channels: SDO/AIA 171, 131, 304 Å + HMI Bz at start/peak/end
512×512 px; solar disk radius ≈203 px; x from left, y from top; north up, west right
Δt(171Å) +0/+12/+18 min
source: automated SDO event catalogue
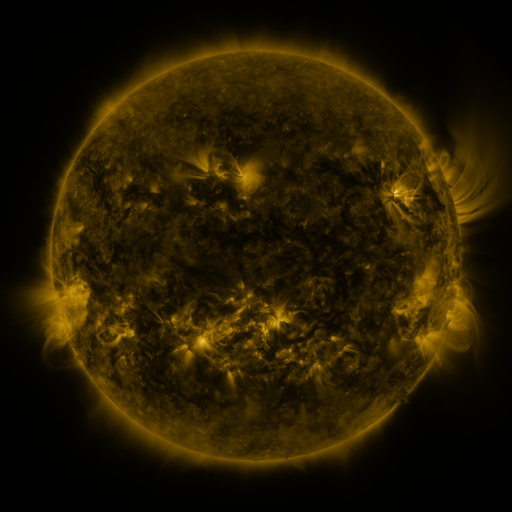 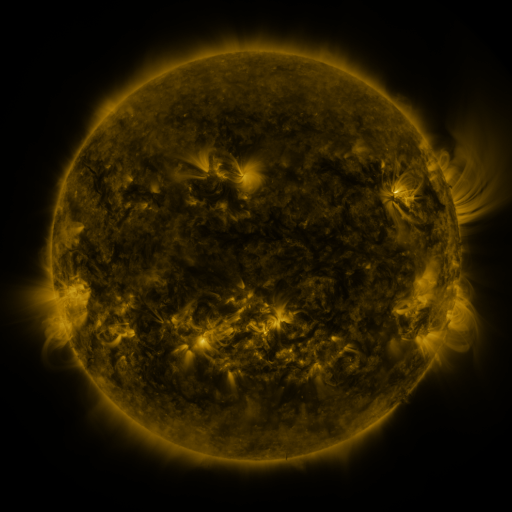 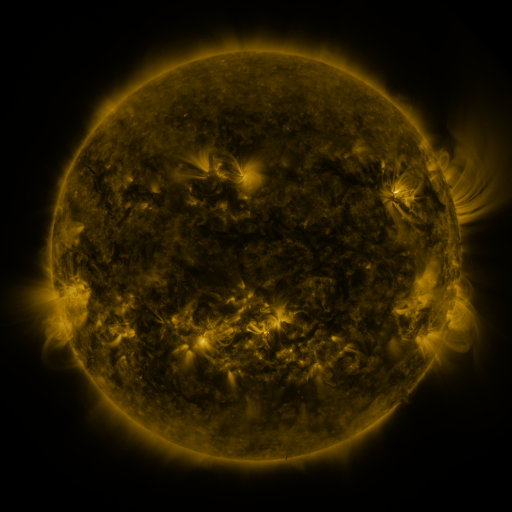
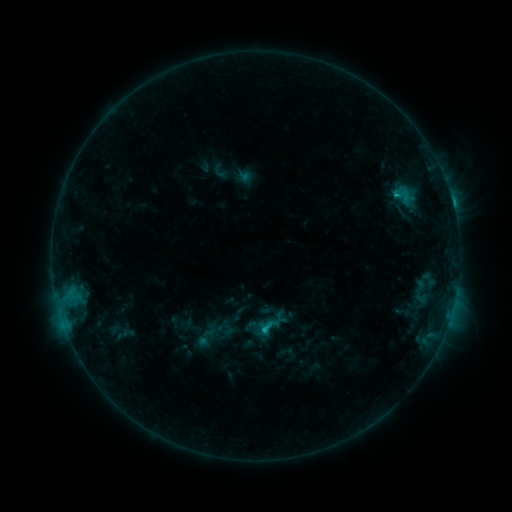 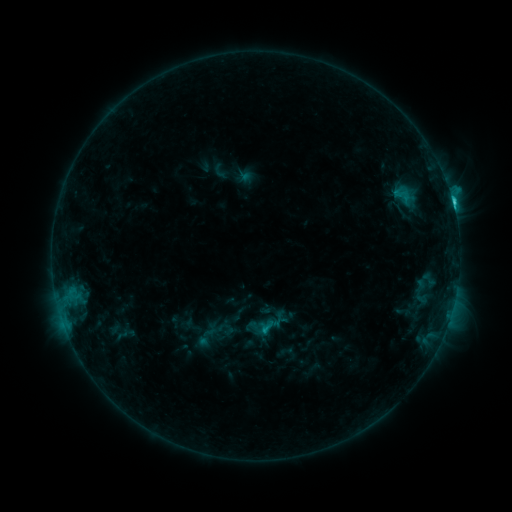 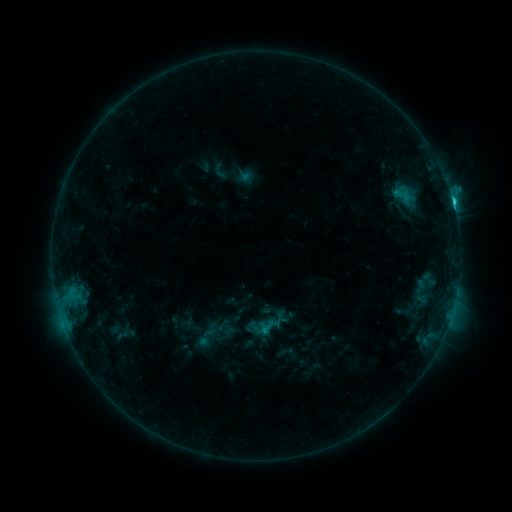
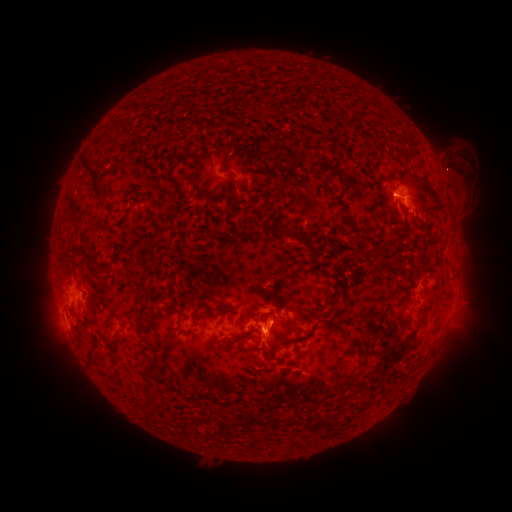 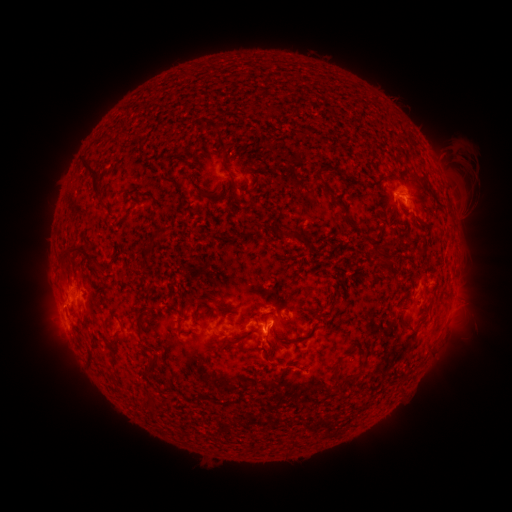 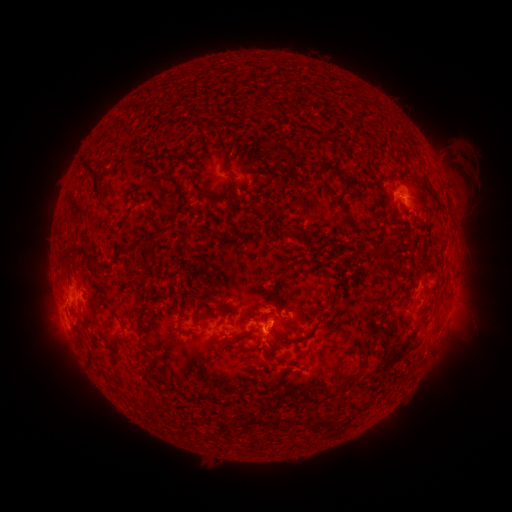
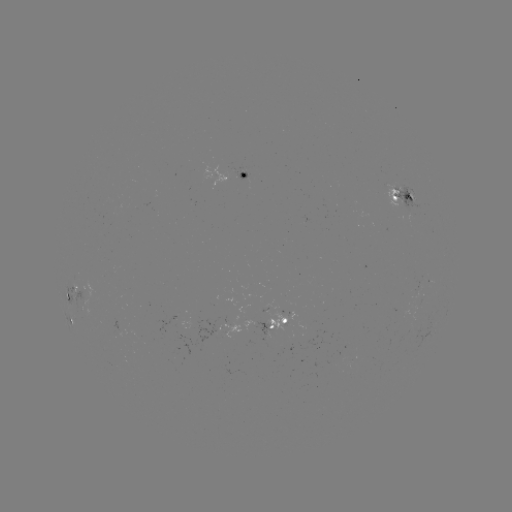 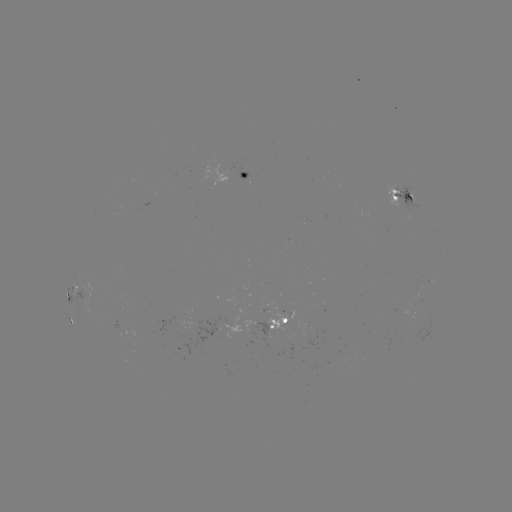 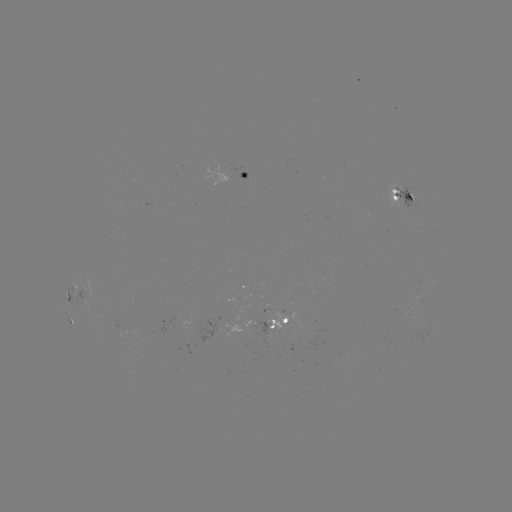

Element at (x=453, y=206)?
C3.2 flare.